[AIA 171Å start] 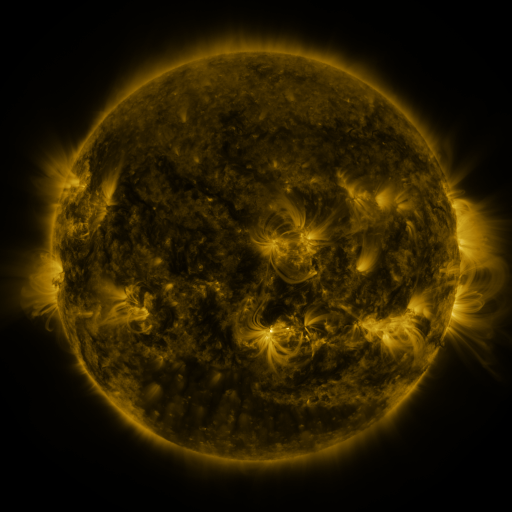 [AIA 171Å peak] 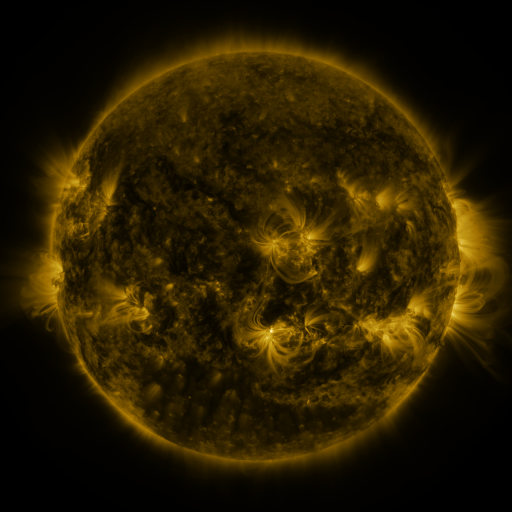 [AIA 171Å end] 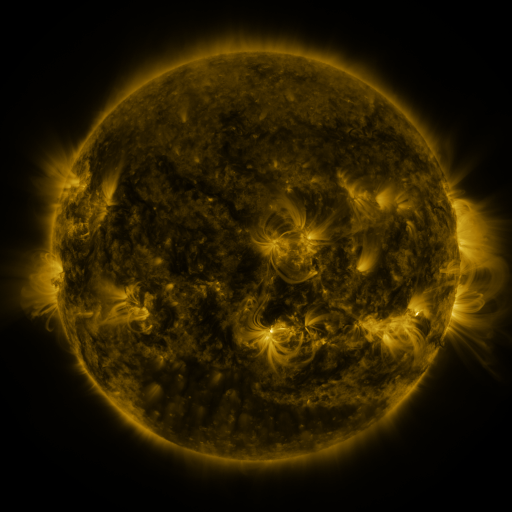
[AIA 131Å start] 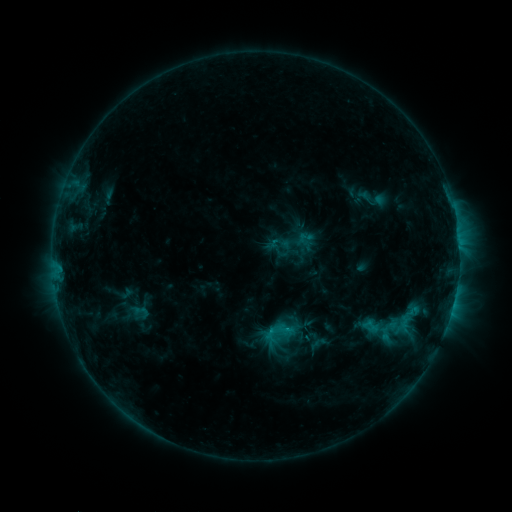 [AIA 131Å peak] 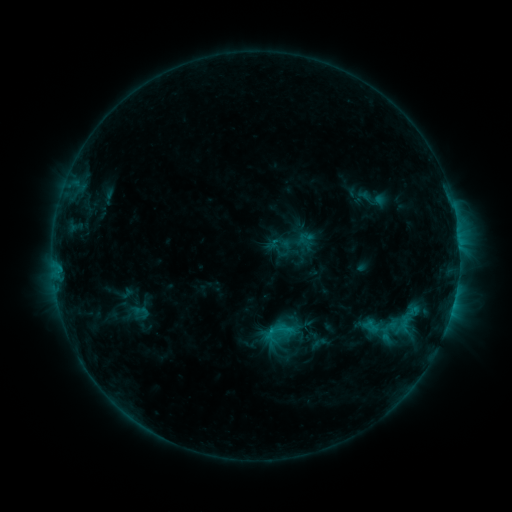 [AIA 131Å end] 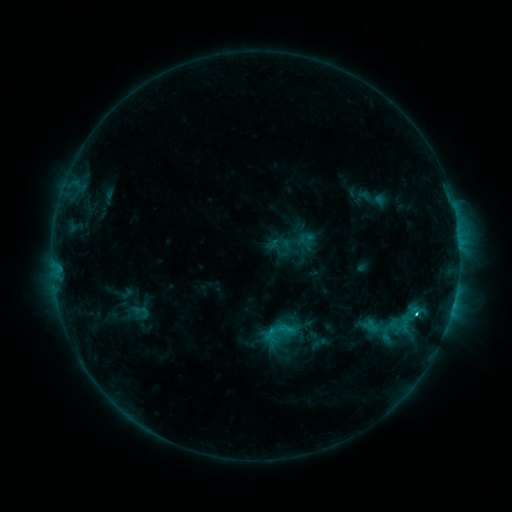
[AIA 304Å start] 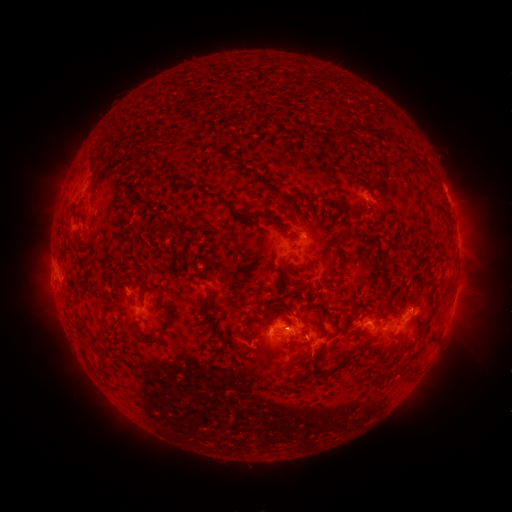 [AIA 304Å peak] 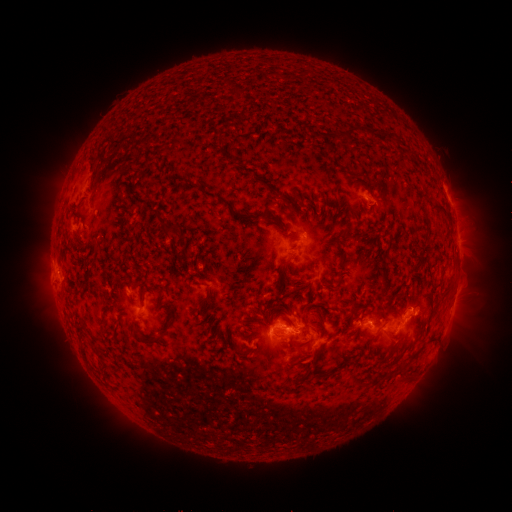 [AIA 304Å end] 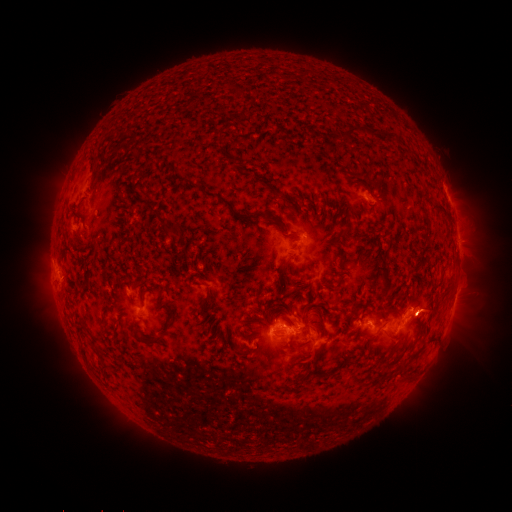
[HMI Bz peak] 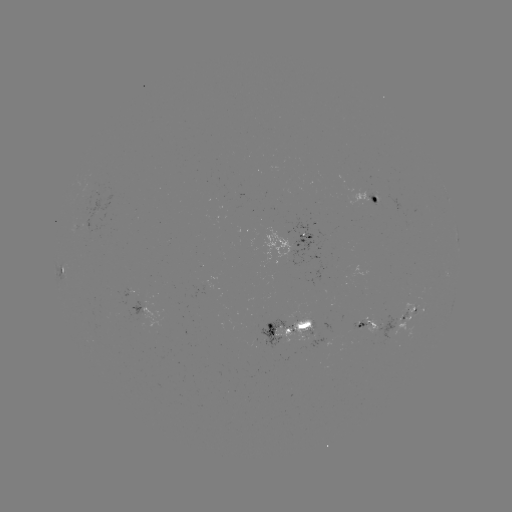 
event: flare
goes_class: C2.4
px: (279, 327)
